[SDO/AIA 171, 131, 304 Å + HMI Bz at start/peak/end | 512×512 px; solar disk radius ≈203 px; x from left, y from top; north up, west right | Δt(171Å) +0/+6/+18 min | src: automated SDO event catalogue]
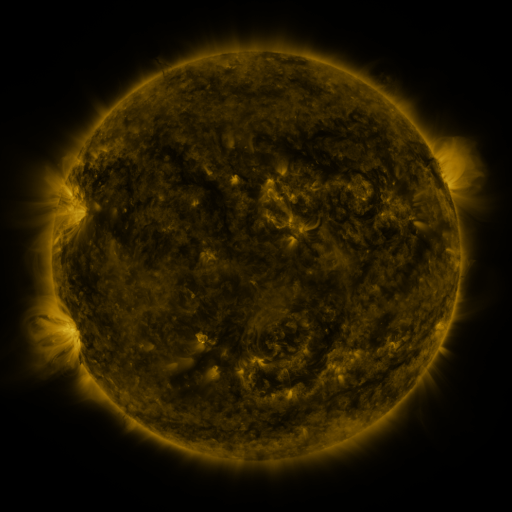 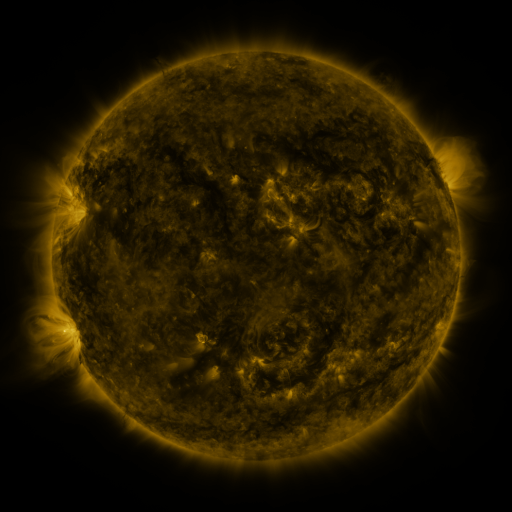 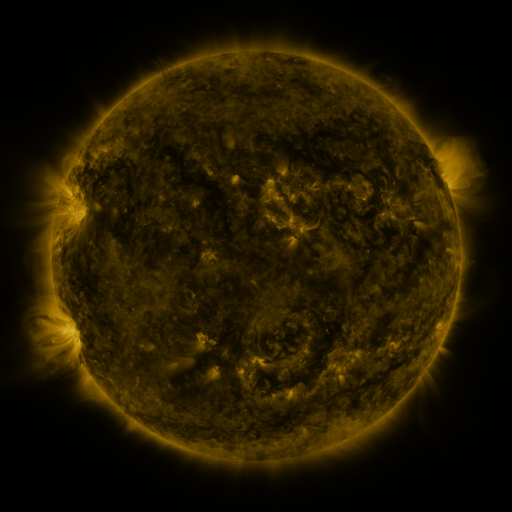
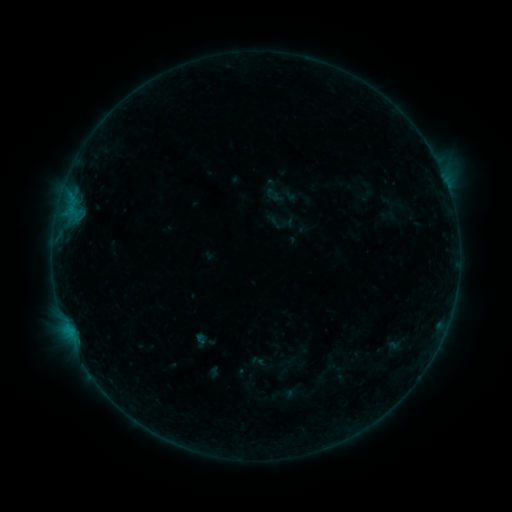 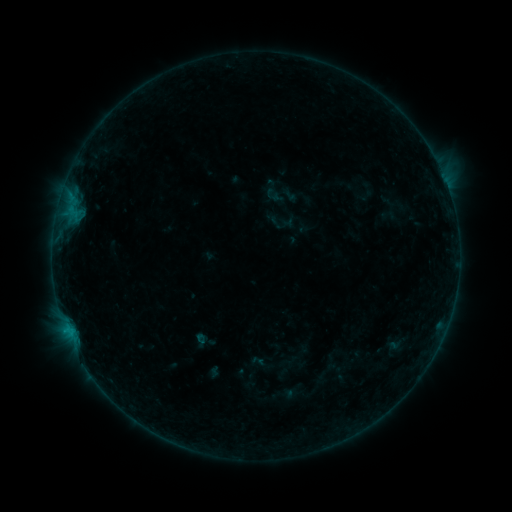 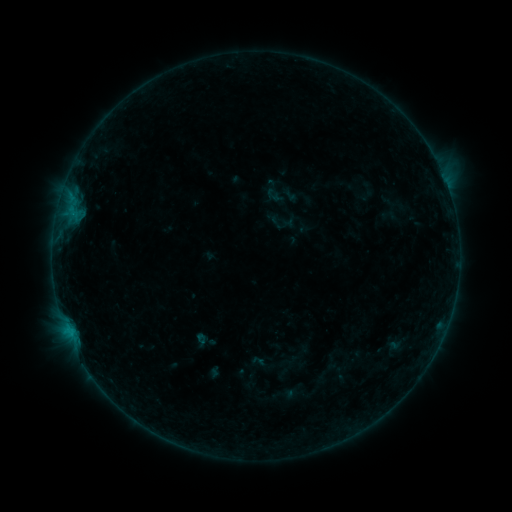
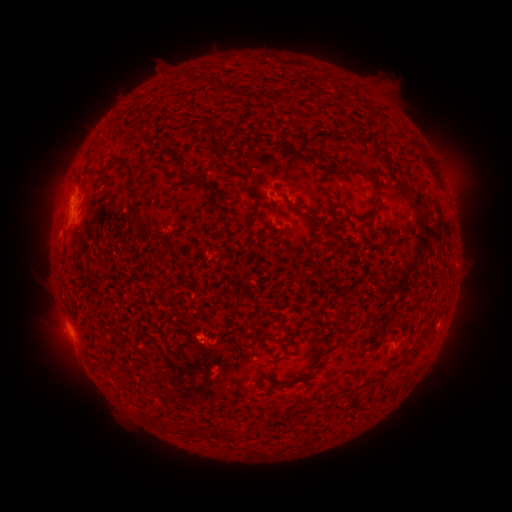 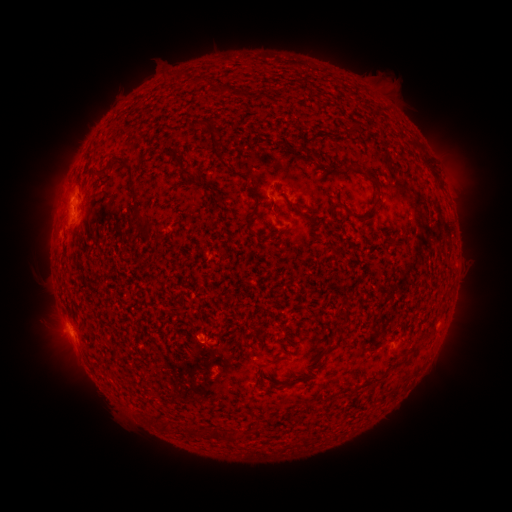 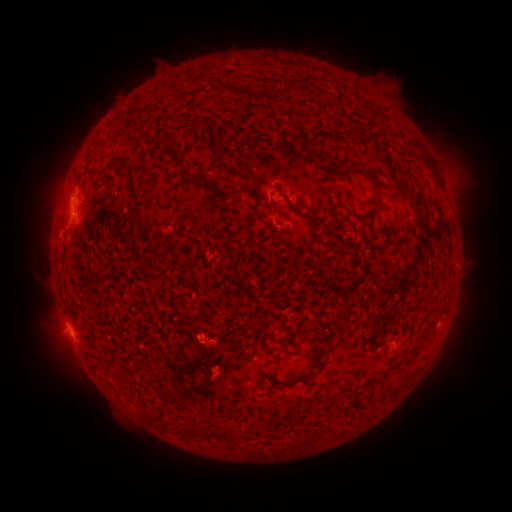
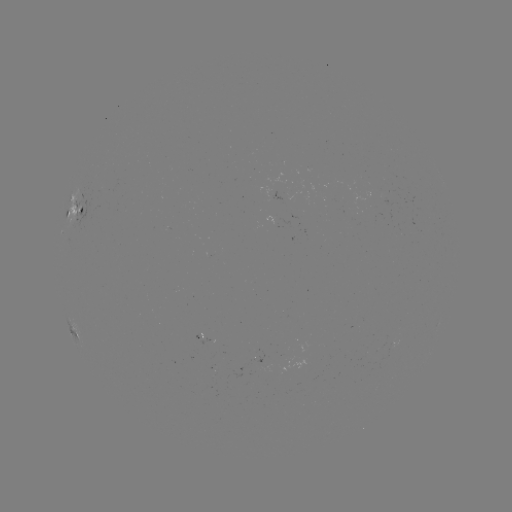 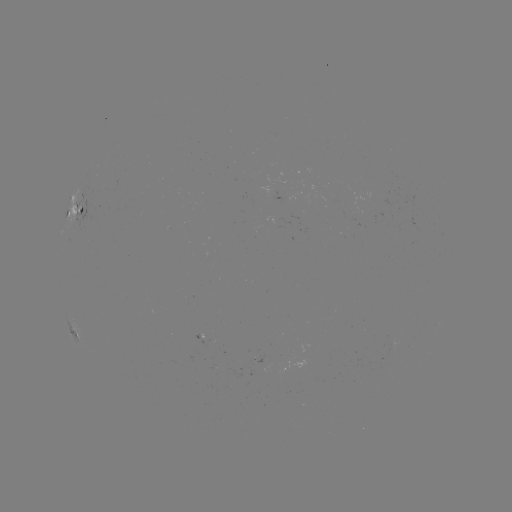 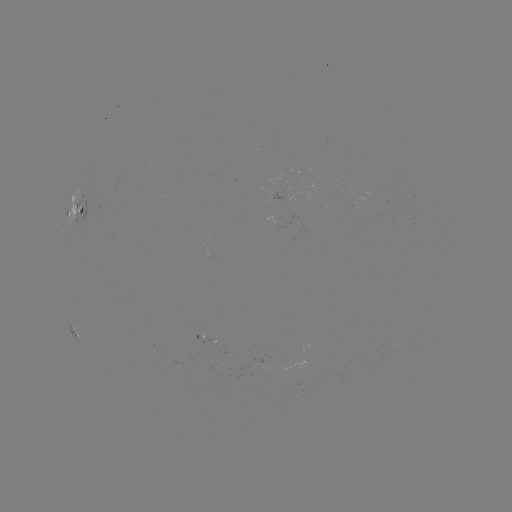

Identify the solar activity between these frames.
no classed flare was catalogued and no EUV brightening was flagged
